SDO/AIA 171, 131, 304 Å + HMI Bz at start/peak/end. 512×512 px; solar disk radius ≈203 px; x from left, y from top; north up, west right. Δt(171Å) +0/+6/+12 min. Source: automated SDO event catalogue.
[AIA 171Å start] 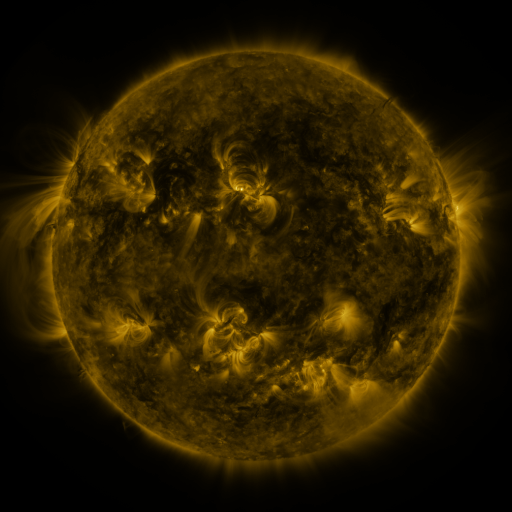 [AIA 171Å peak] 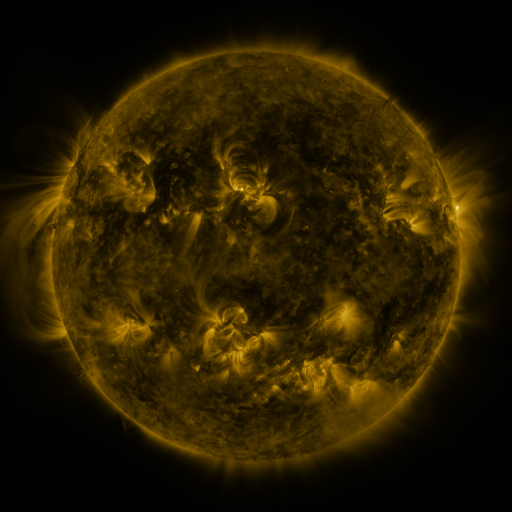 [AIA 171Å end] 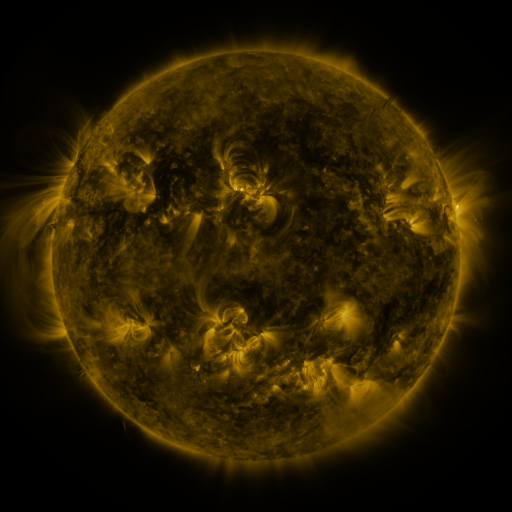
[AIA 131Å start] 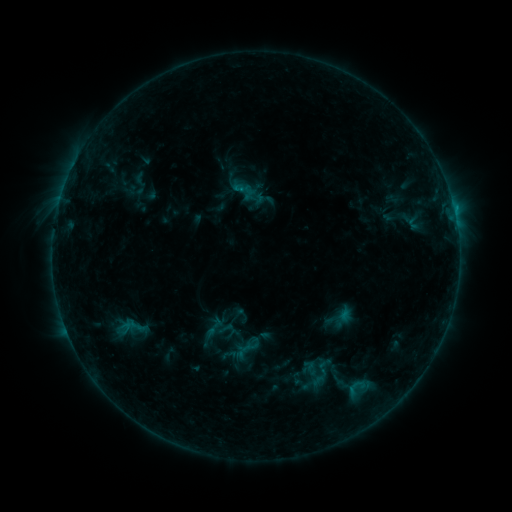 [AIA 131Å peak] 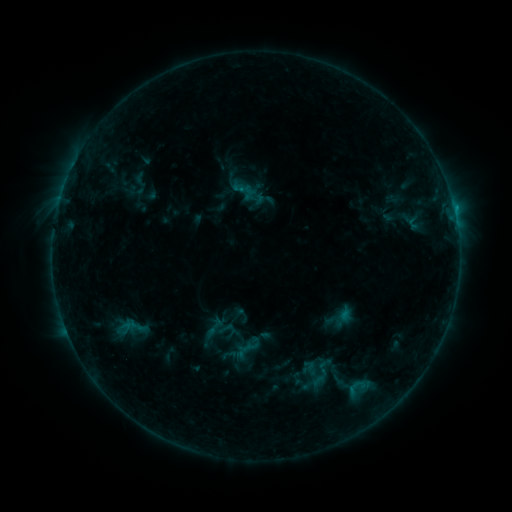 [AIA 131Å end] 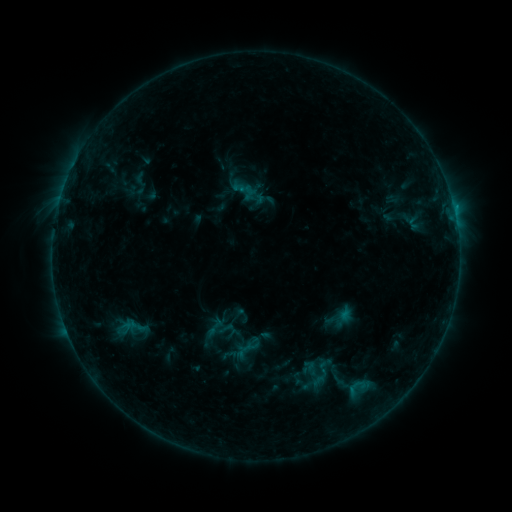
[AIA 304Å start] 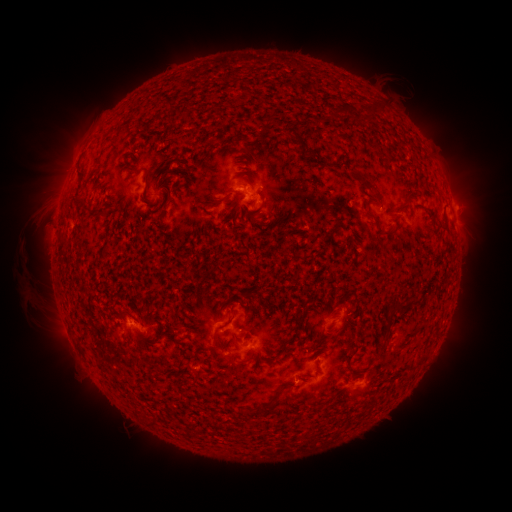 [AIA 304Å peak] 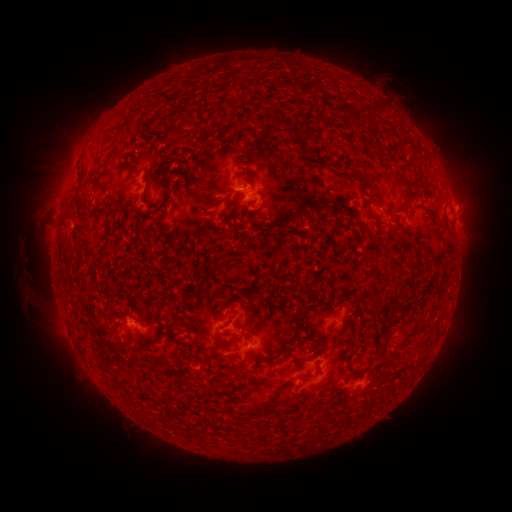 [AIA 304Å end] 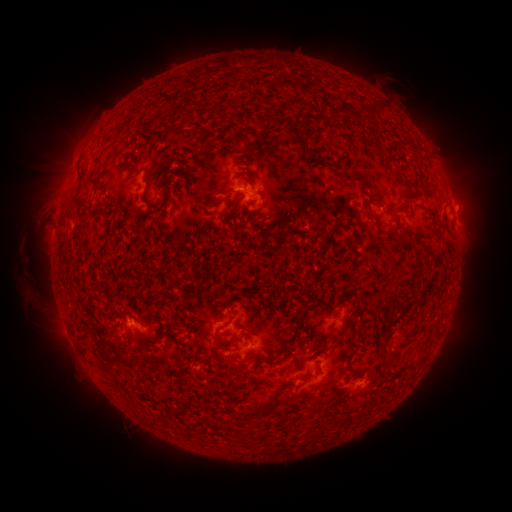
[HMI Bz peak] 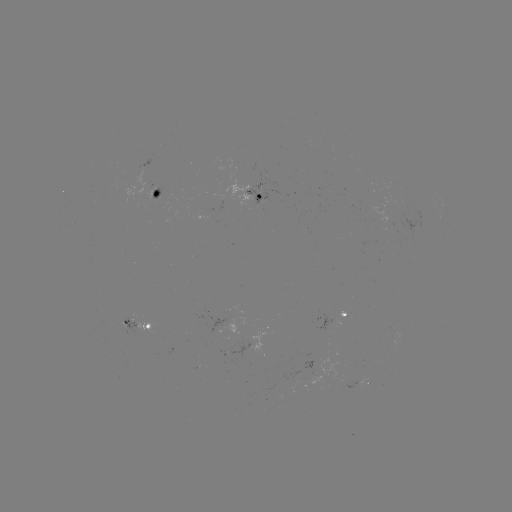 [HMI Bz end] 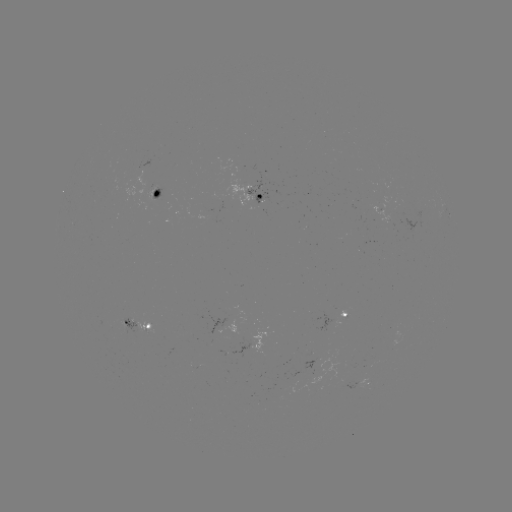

no classed flare was catalogued and no EUV brightening was flagged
